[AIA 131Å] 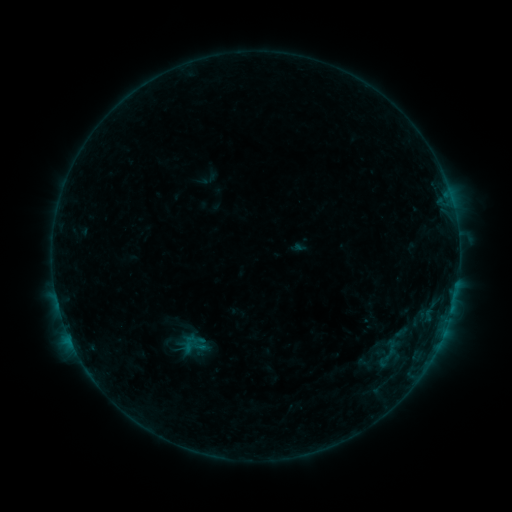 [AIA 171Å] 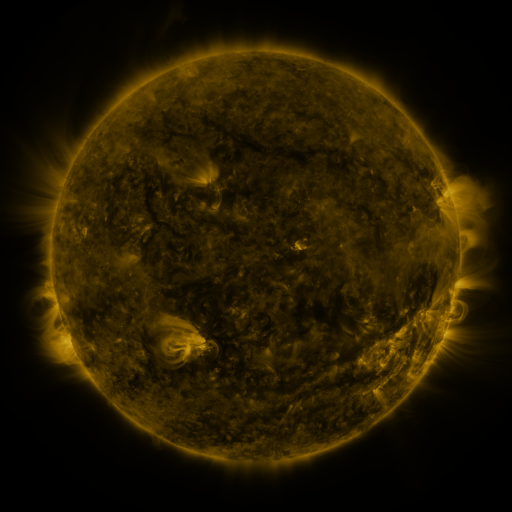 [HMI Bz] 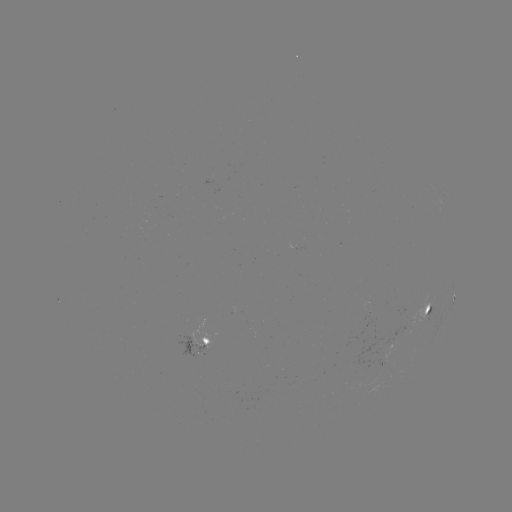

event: sigmoid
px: (193, 347)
